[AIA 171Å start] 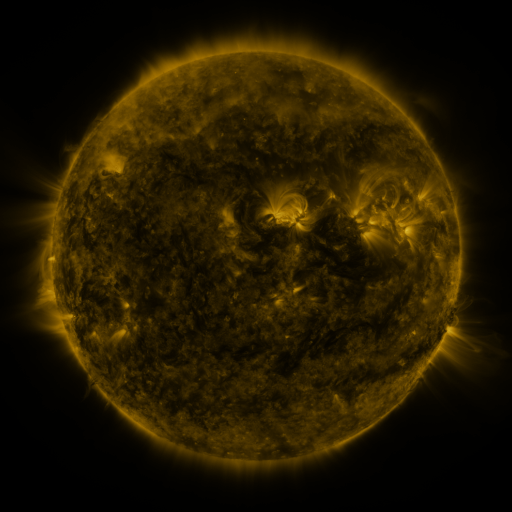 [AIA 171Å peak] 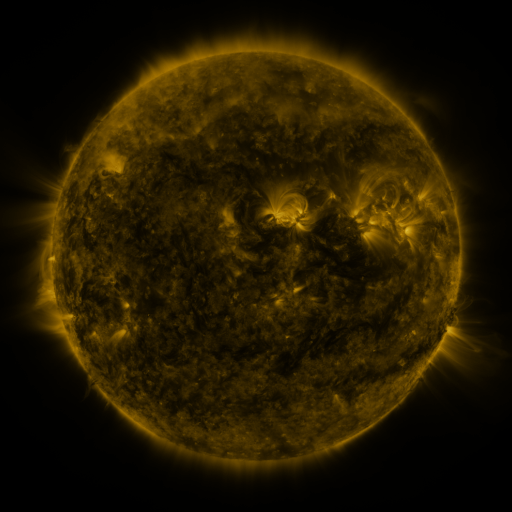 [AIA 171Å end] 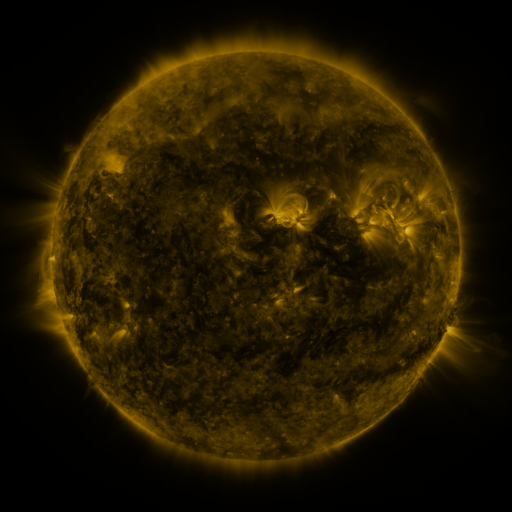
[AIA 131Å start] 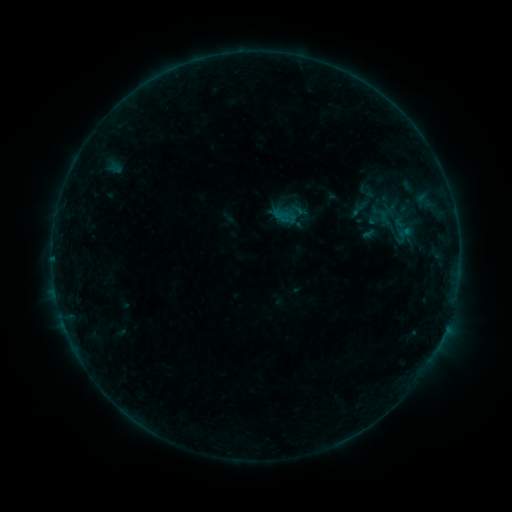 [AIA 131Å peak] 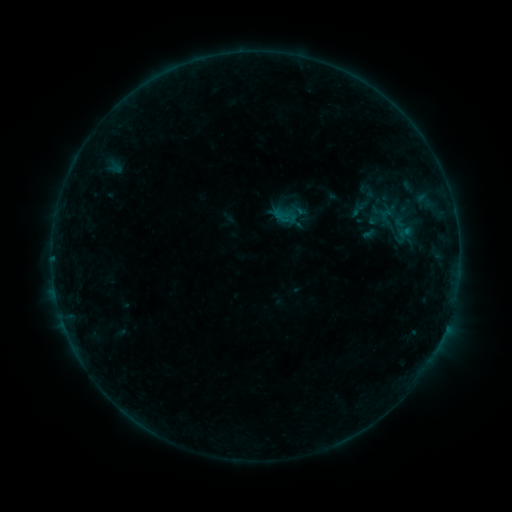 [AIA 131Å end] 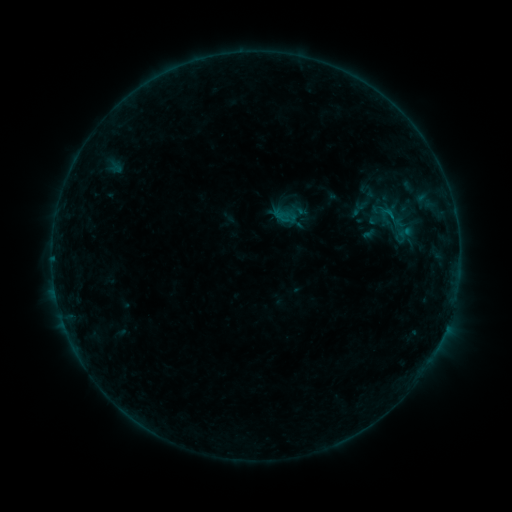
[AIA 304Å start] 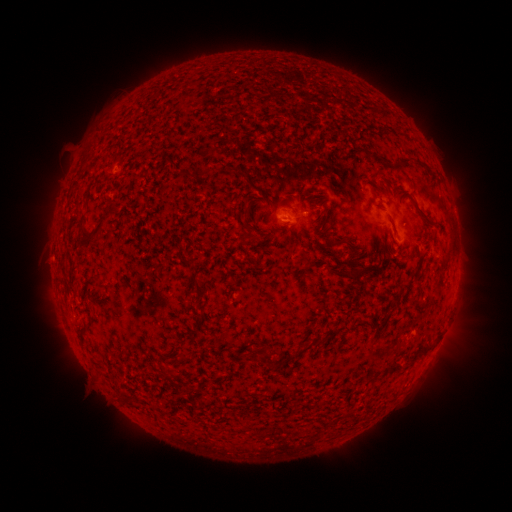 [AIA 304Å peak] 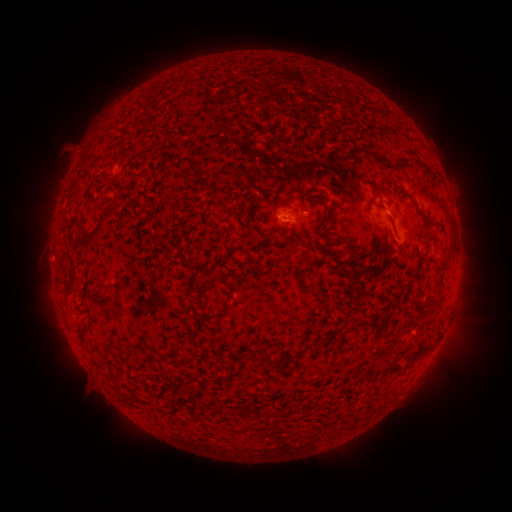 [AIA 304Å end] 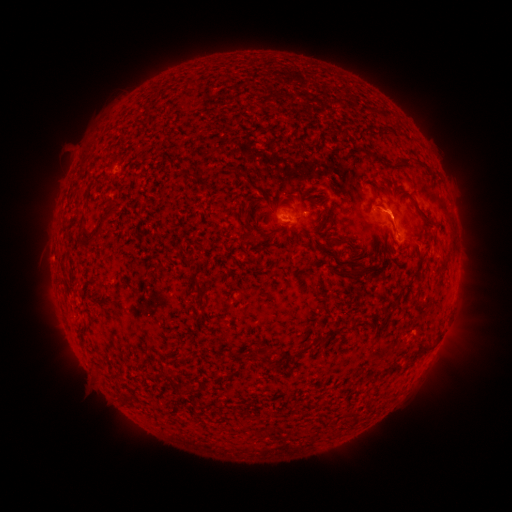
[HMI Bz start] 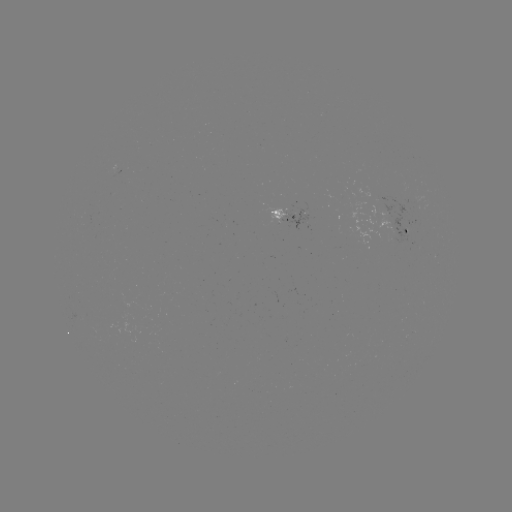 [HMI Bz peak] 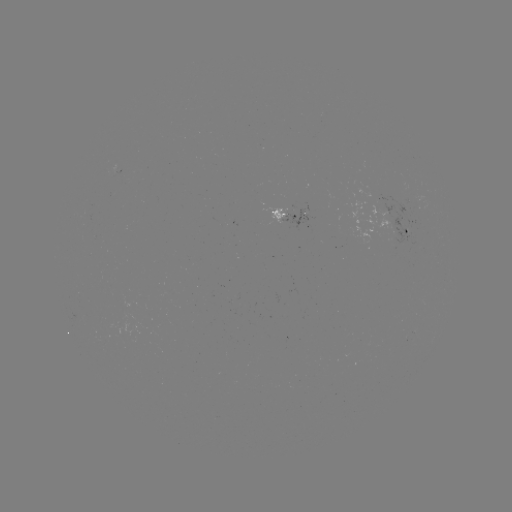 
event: flare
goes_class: B2.4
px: (387, 216)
